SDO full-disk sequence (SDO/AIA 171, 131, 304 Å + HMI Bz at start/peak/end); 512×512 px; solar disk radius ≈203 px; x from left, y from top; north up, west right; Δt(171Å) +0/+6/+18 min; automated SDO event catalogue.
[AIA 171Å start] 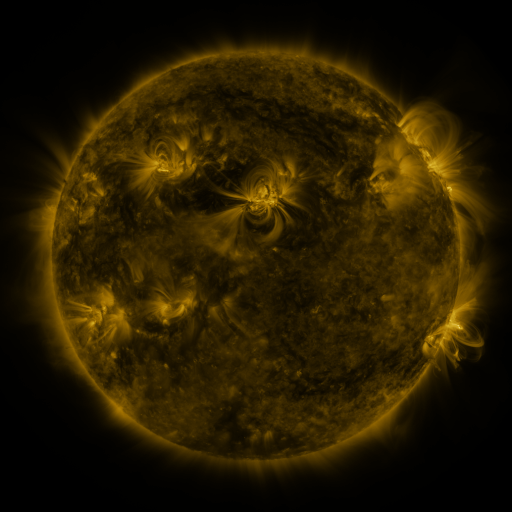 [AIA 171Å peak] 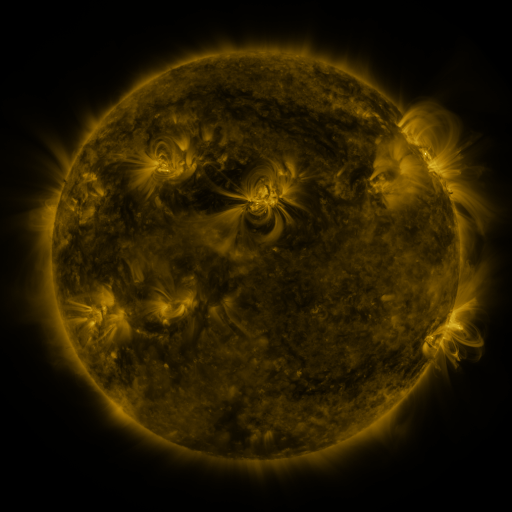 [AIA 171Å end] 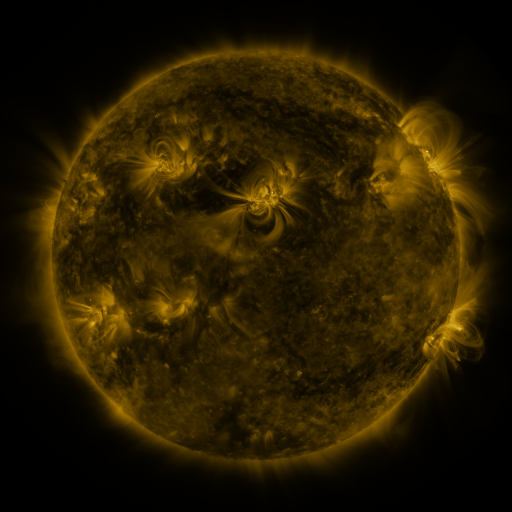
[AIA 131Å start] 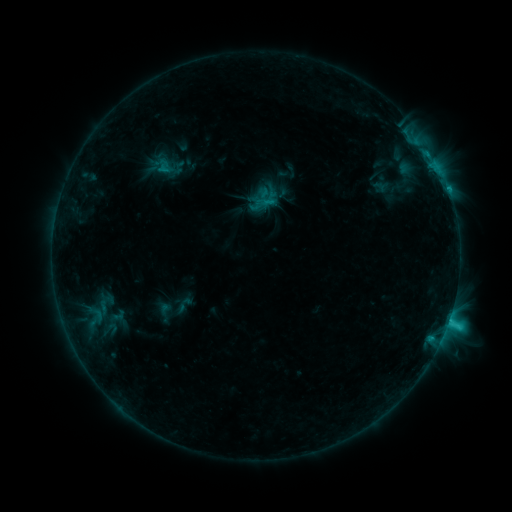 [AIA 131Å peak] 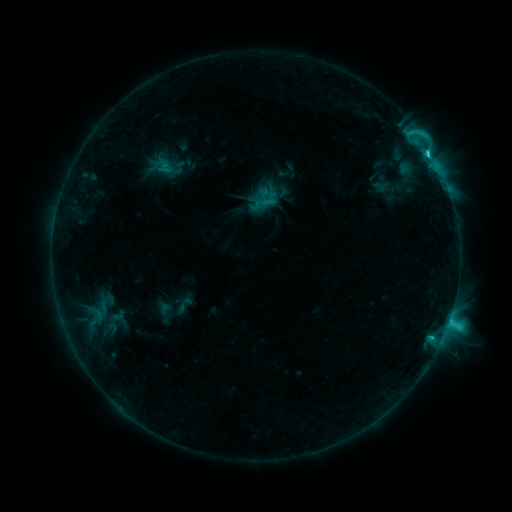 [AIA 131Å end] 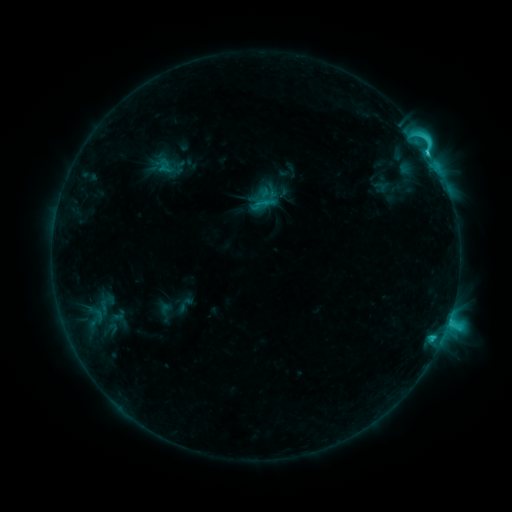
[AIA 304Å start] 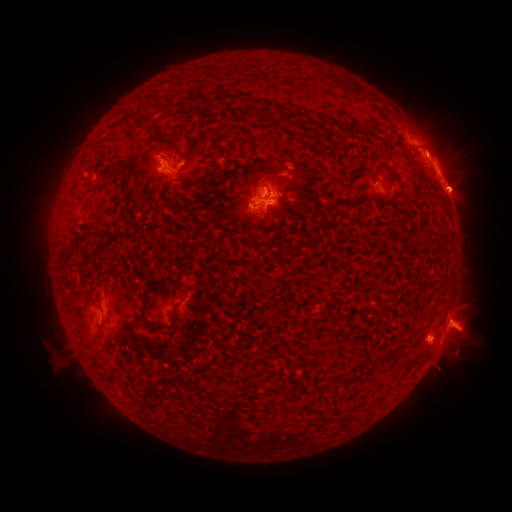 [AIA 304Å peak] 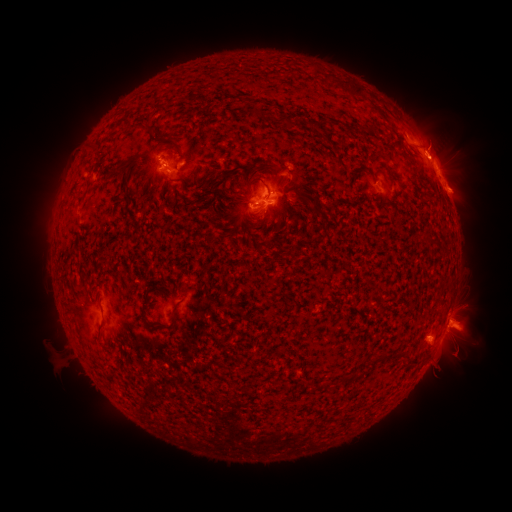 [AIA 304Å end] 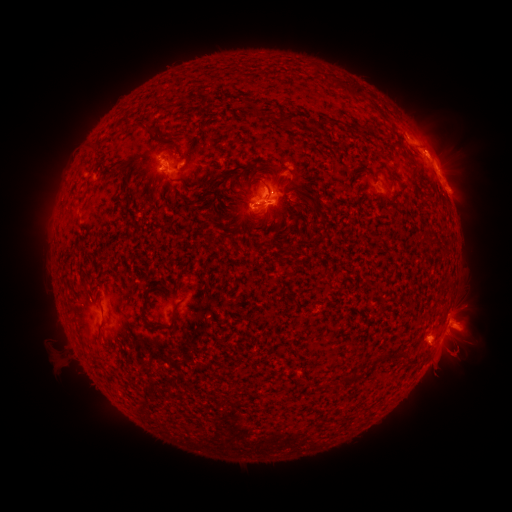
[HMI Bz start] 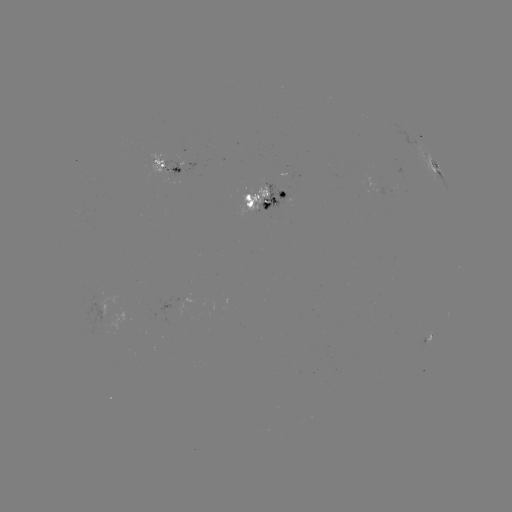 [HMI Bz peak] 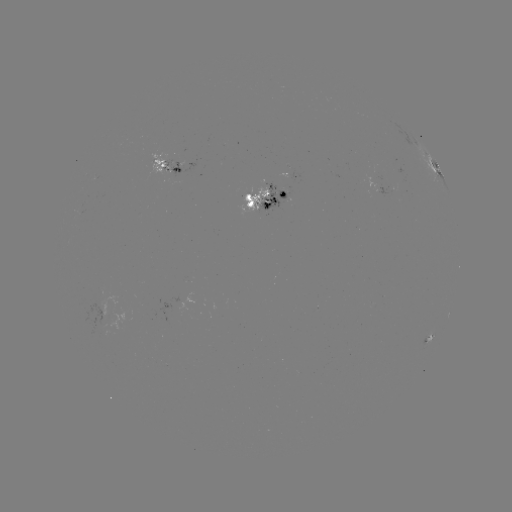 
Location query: C4.0 flare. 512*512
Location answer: [427, 156].